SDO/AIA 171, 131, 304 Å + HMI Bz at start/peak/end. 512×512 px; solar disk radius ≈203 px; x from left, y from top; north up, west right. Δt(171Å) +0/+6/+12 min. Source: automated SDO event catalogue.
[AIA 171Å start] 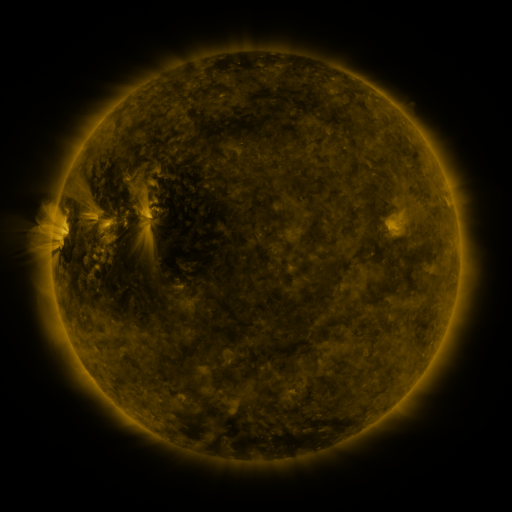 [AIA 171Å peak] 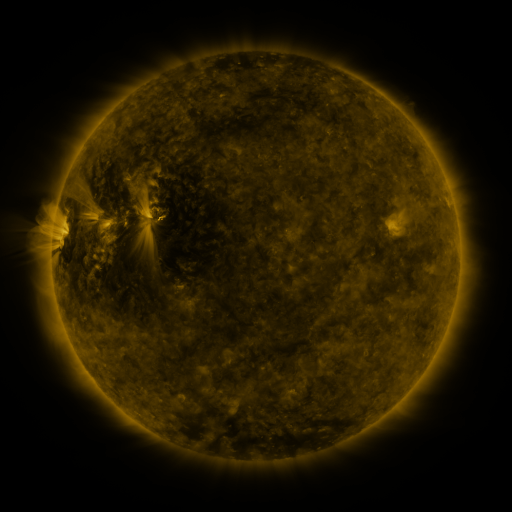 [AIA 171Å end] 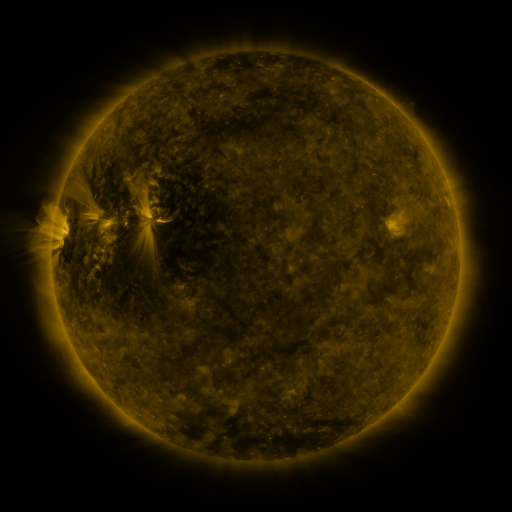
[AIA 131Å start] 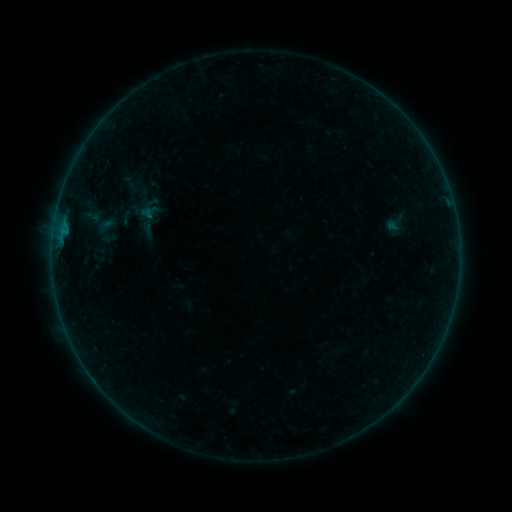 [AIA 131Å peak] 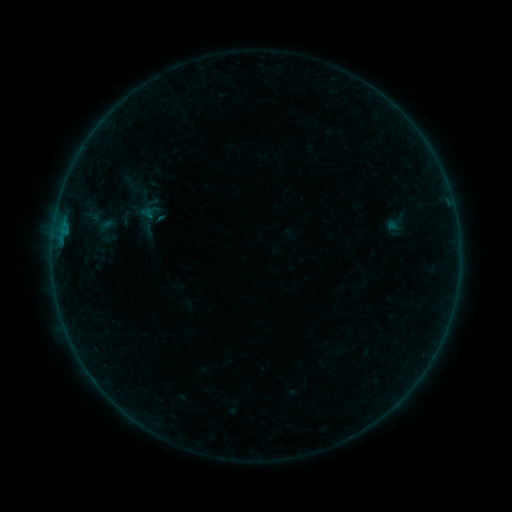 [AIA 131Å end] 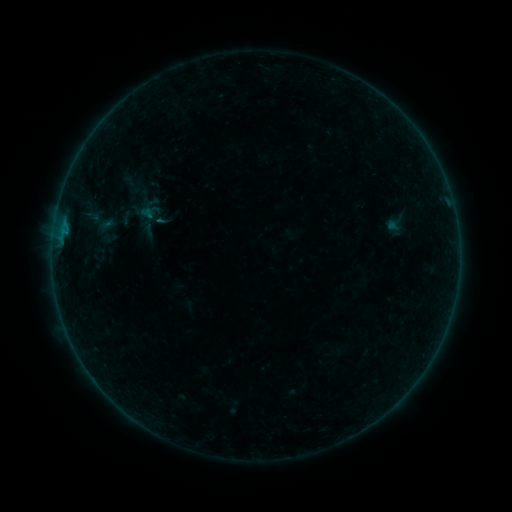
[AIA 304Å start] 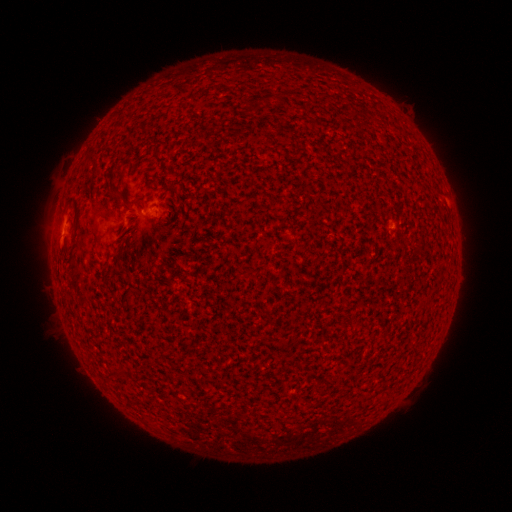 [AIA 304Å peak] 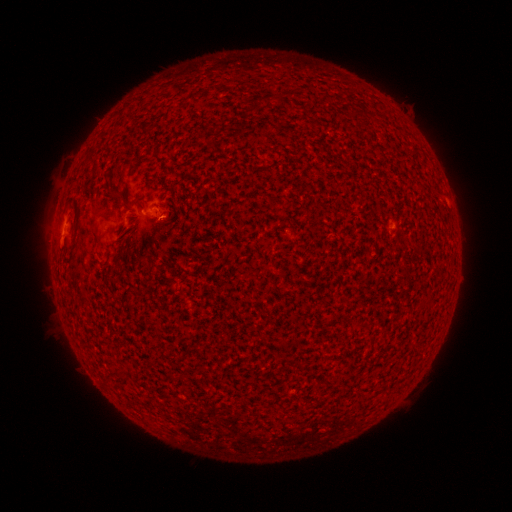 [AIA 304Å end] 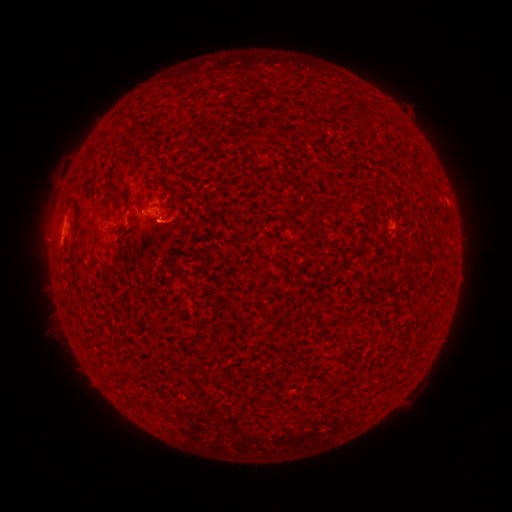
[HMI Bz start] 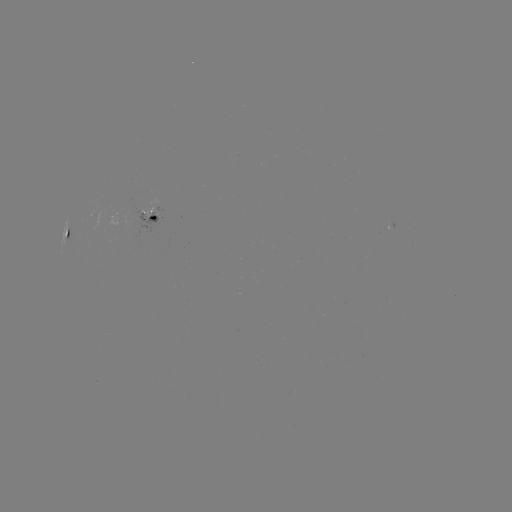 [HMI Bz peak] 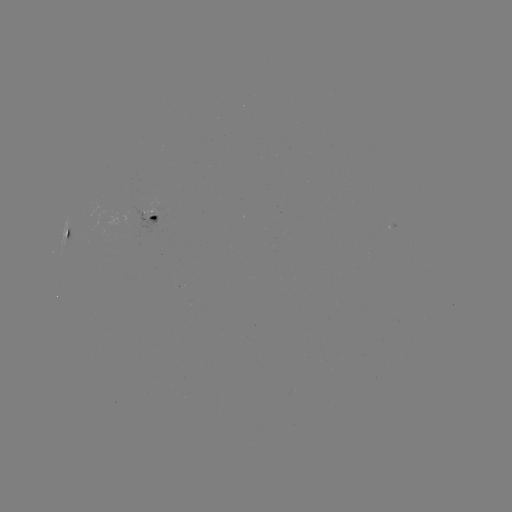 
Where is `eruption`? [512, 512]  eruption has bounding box [145, 197, 191, 244].